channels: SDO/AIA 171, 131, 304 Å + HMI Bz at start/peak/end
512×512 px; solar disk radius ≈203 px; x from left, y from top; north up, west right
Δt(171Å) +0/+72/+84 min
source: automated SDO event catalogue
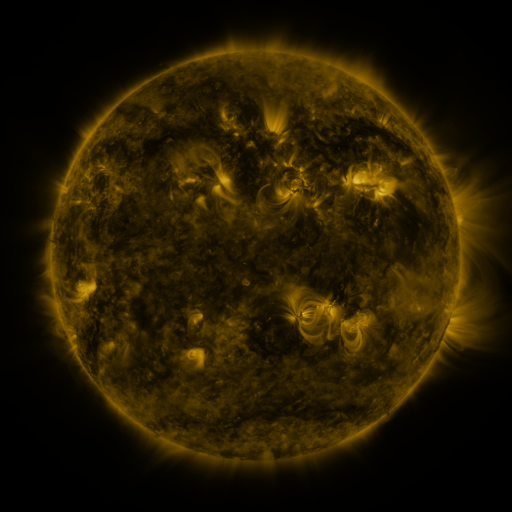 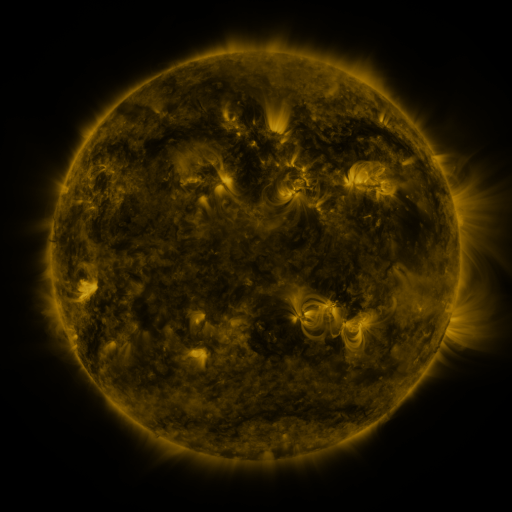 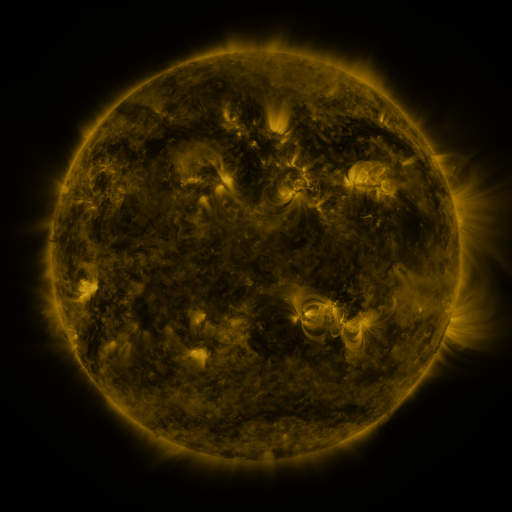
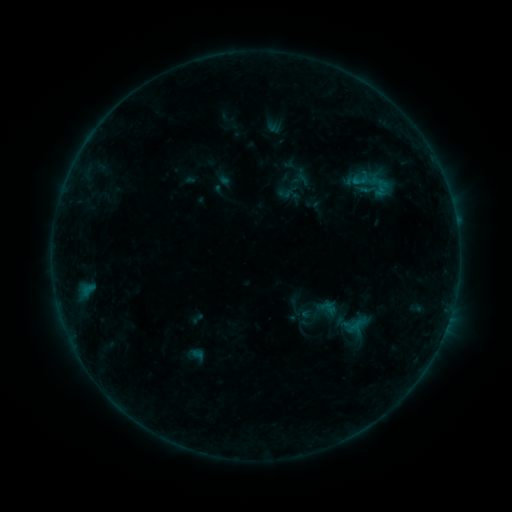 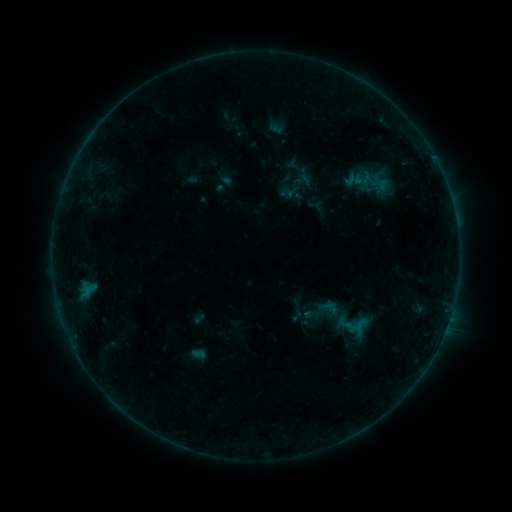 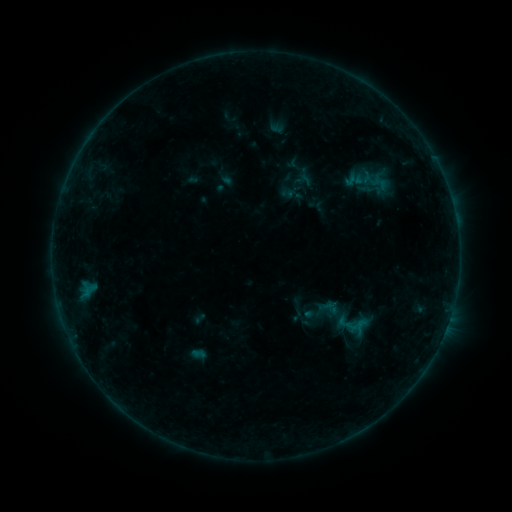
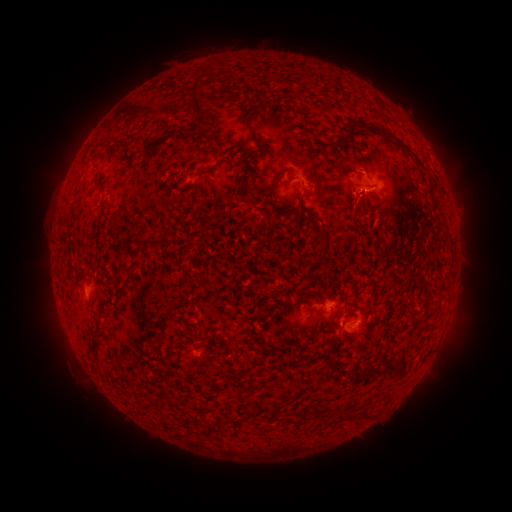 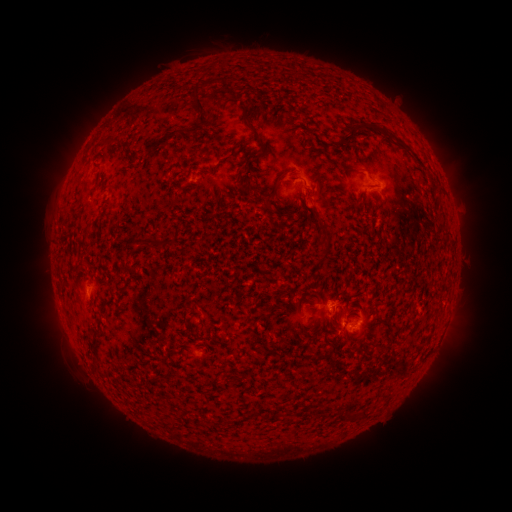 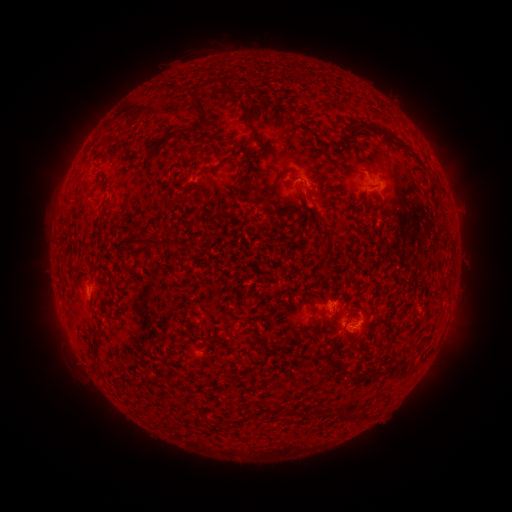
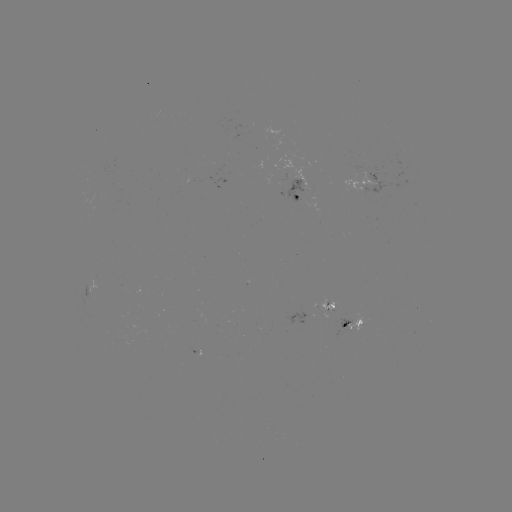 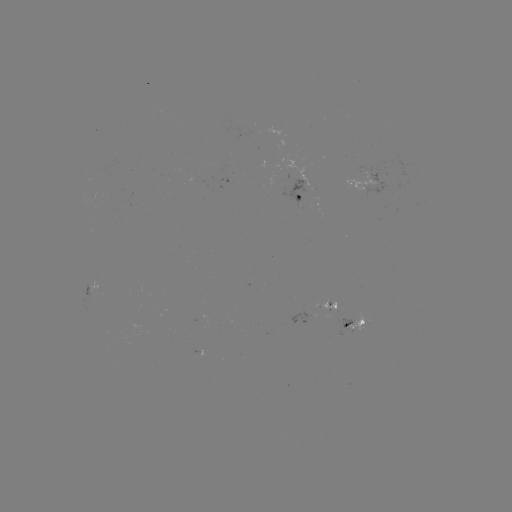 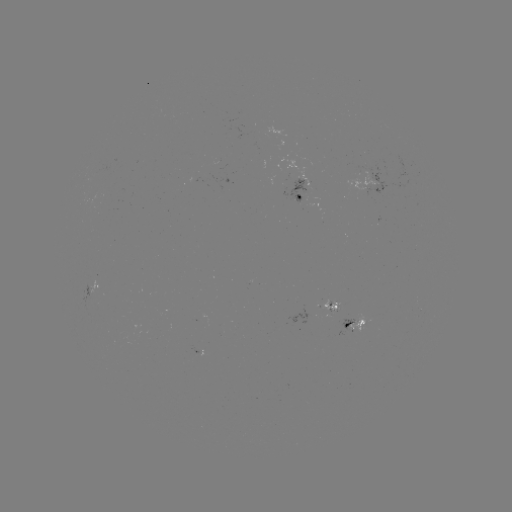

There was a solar emerging-flux region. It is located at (297, 191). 